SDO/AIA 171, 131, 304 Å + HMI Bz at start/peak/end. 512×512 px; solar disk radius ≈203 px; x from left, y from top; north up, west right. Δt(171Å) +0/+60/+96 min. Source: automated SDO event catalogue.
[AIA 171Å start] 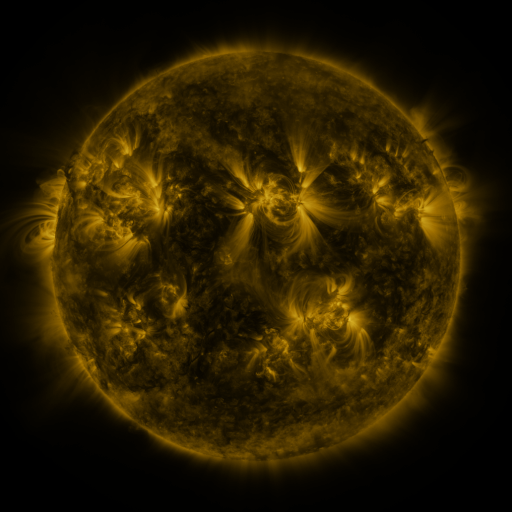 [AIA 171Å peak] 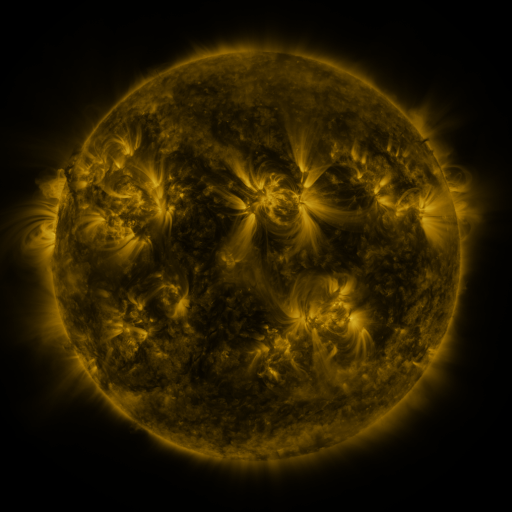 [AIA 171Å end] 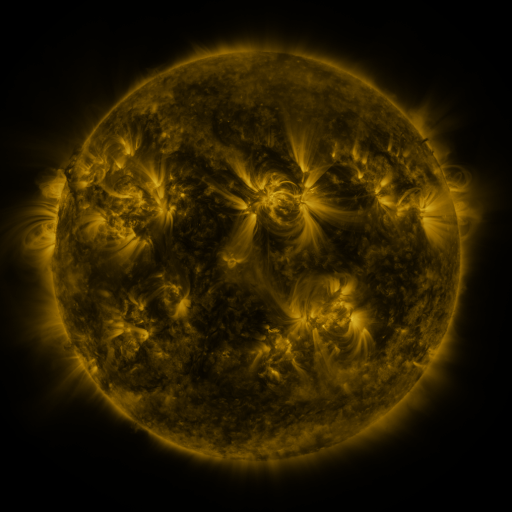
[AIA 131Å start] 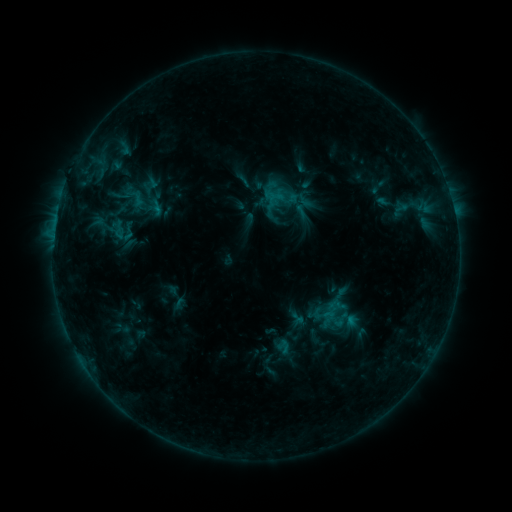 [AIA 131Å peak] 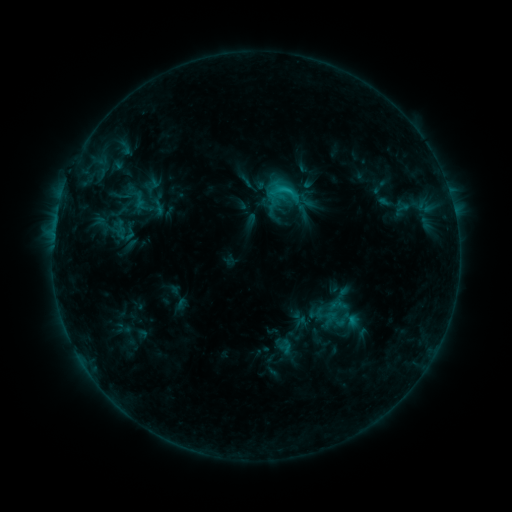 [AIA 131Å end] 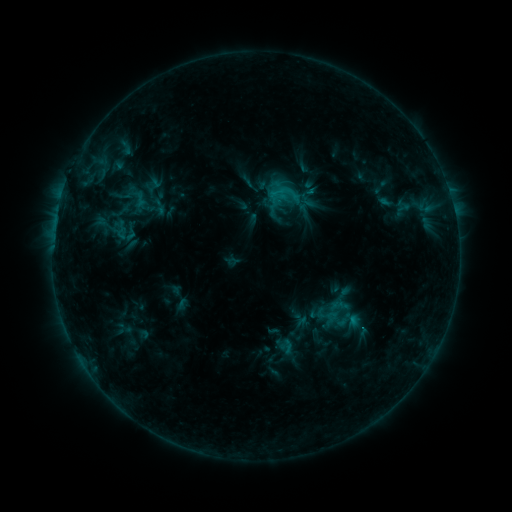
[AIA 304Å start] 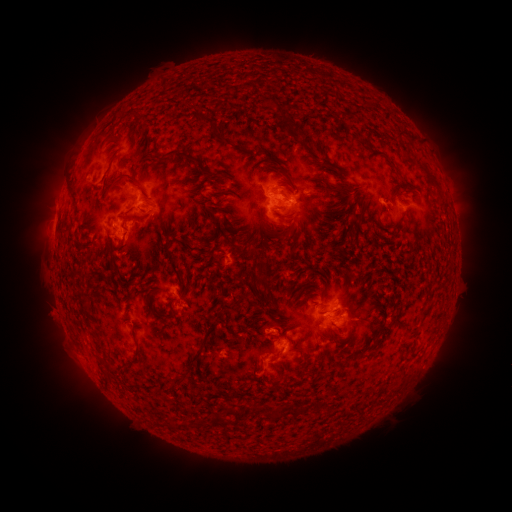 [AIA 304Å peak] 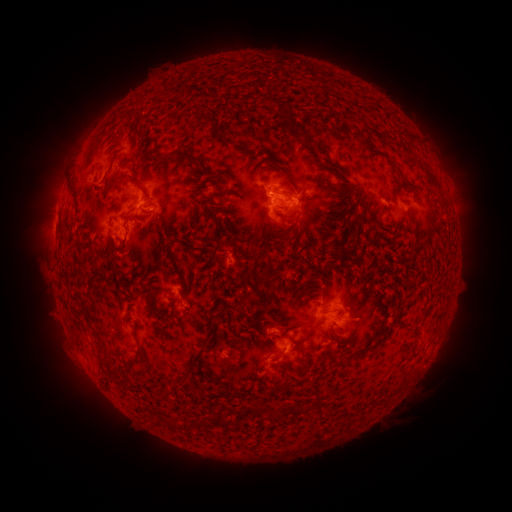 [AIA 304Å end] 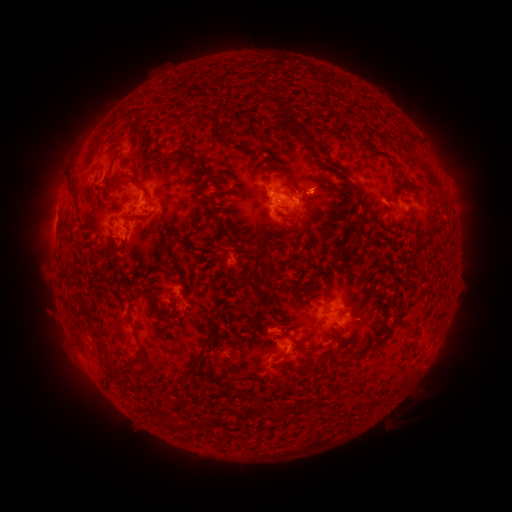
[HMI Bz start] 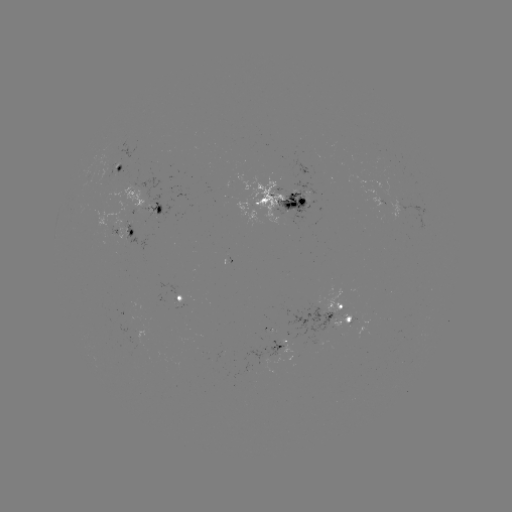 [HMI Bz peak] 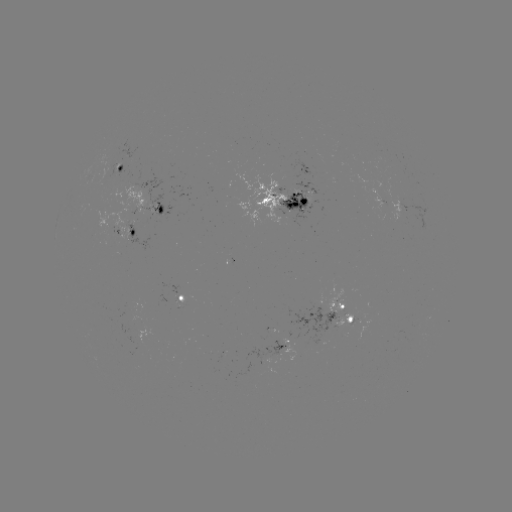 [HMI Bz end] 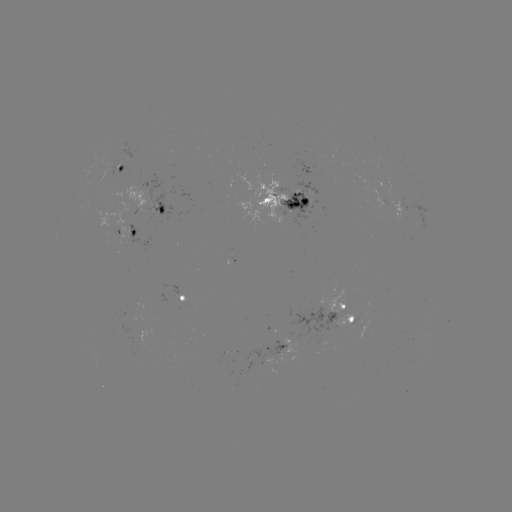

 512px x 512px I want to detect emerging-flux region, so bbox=[104, 161, 117, 181].